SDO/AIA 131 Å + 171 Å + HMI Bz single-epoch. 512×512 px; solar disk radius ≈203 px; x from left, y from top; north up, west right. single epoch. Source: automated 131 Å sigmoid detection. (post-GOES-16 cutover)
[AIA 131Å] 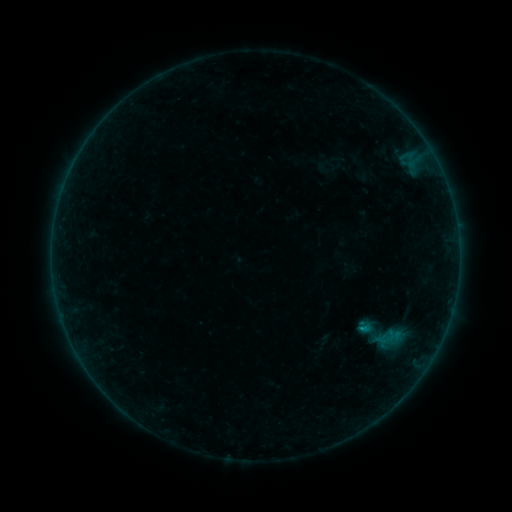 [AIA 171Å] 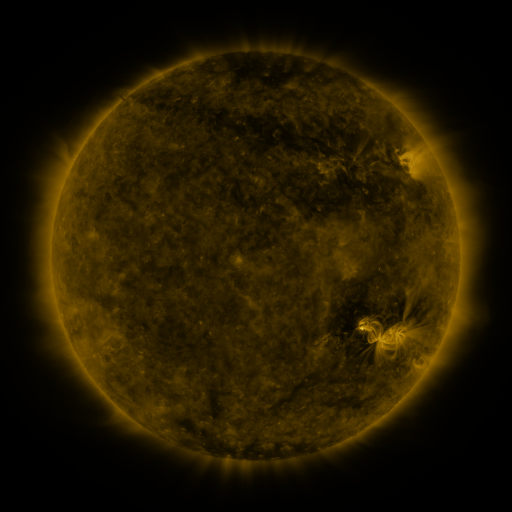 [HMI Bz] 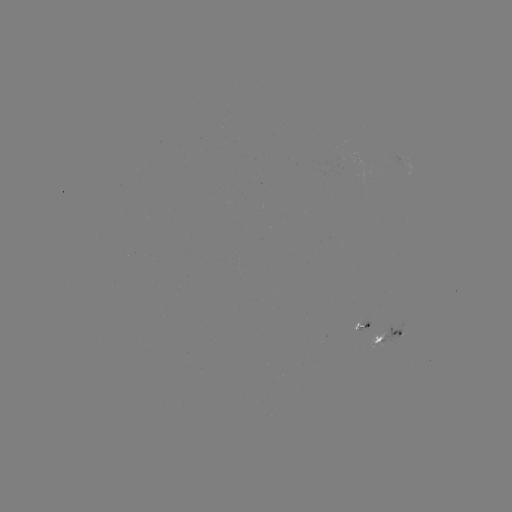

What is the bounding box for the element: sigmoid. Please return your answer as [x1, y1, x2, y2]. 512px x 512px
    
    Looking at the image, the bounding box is [352, 305, 411, 364].